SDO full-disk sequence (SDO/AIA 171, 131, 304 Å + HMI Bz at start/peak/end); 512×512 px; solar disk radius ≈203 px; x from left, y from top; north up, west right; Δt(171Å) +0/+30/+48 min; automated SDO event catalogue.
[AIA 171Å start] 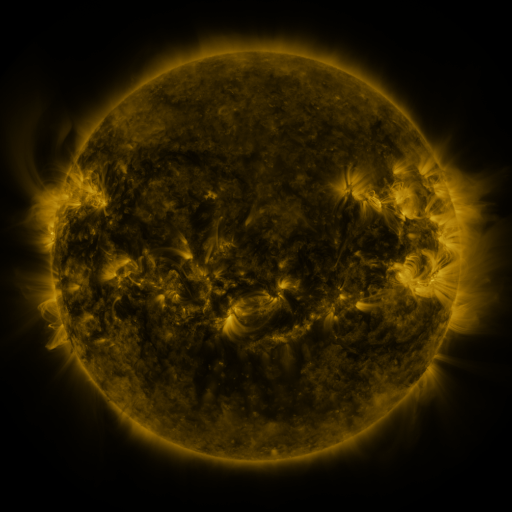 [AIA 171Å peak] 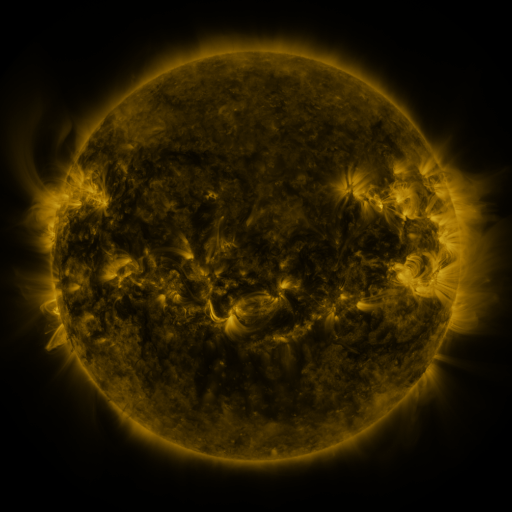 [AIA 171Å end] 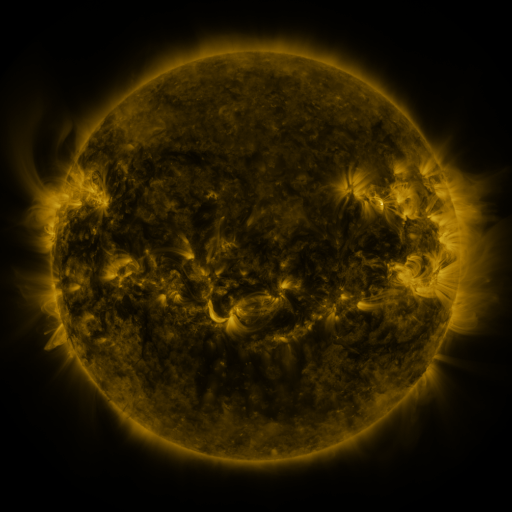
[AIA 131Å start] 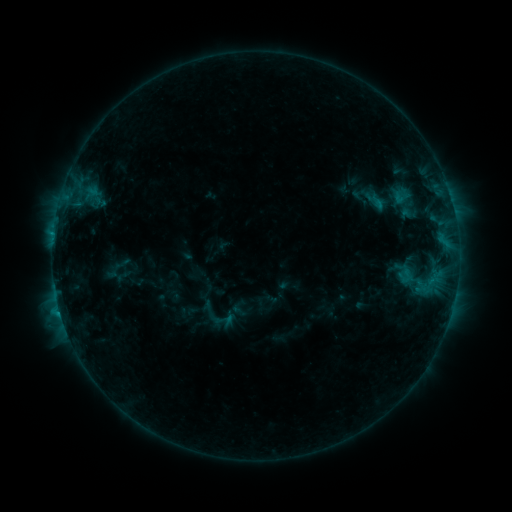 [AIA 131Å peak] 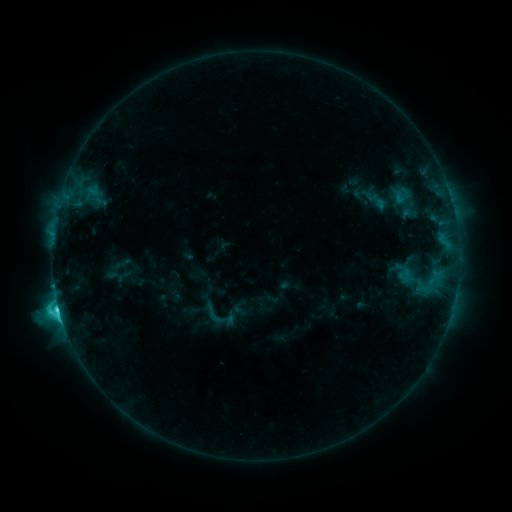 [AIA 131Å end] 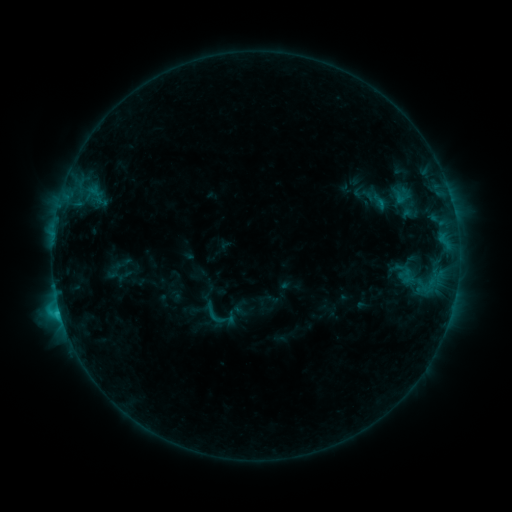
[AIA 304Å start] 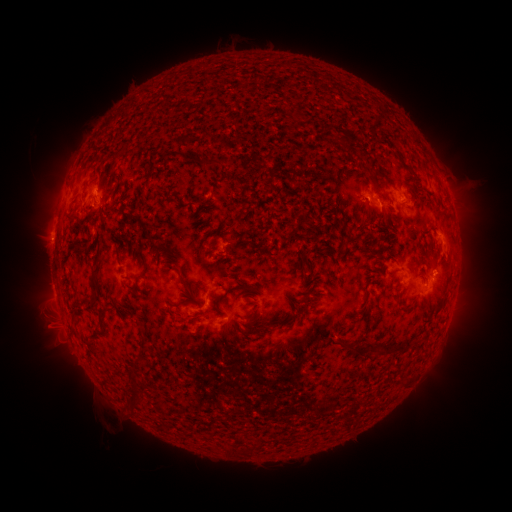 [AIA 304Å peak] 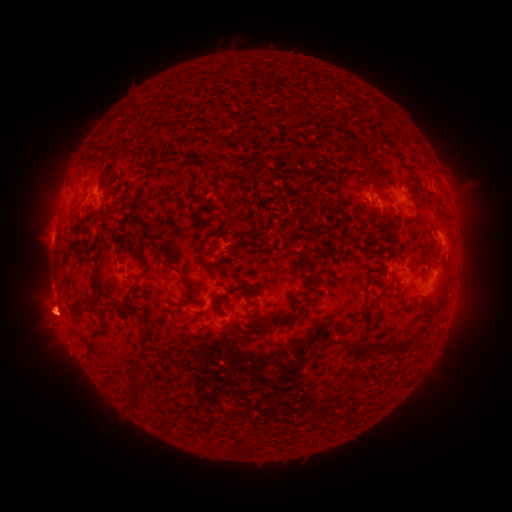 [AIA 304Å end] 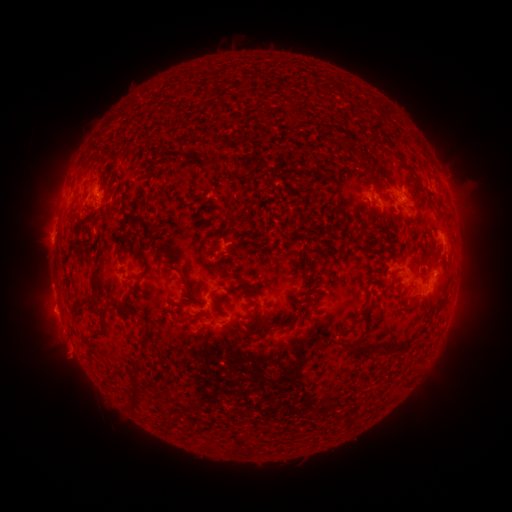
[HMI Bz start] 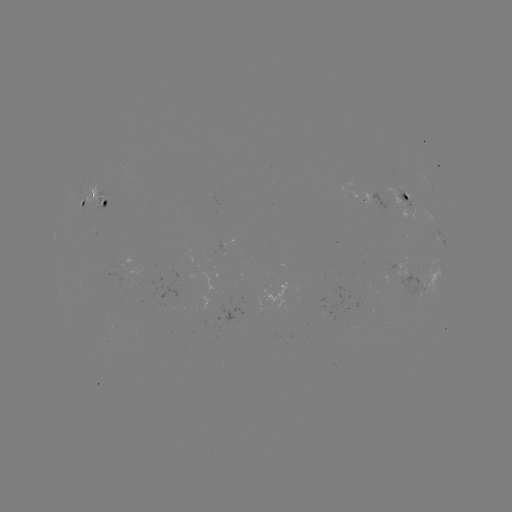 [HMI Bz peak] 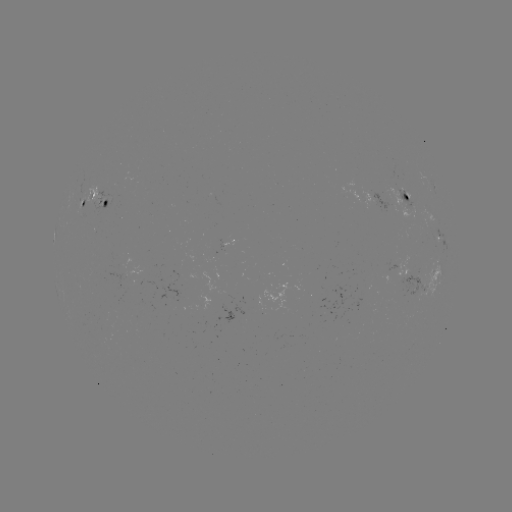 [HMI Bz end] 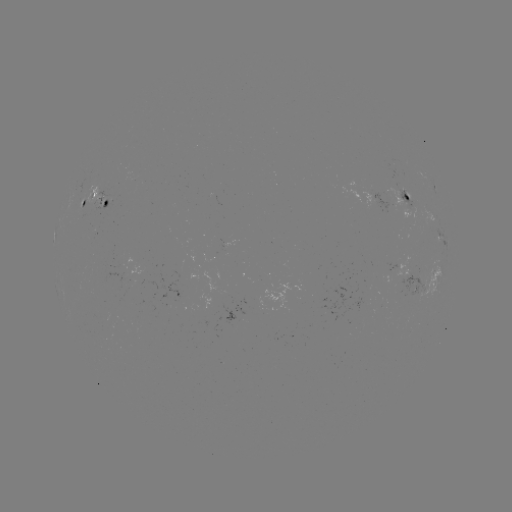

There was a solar flare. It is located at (59, 307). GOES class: C4.7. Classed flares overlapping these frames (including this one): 1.